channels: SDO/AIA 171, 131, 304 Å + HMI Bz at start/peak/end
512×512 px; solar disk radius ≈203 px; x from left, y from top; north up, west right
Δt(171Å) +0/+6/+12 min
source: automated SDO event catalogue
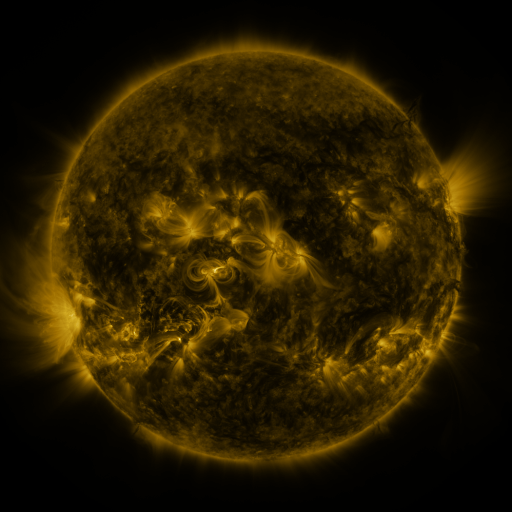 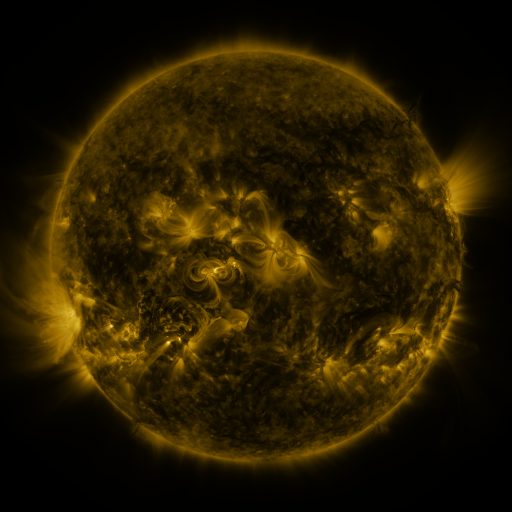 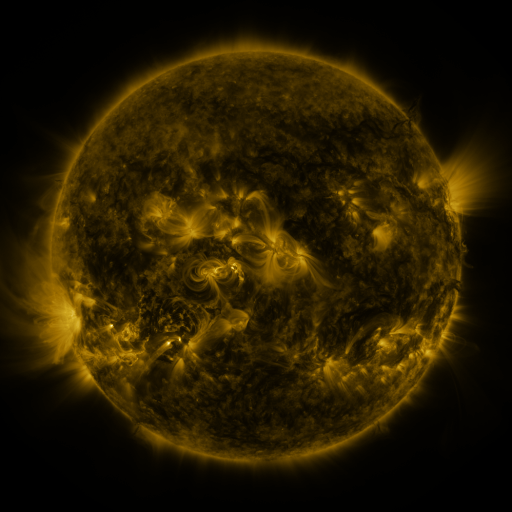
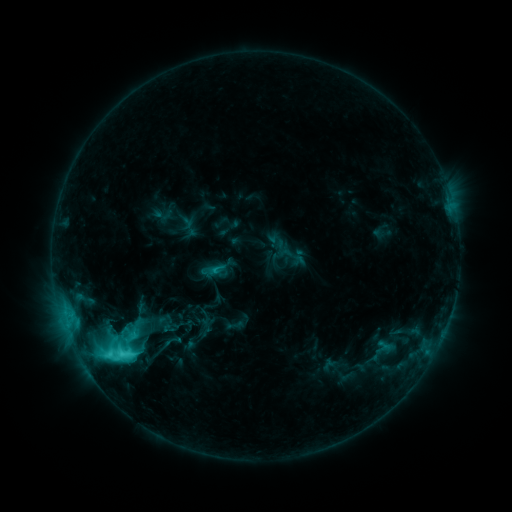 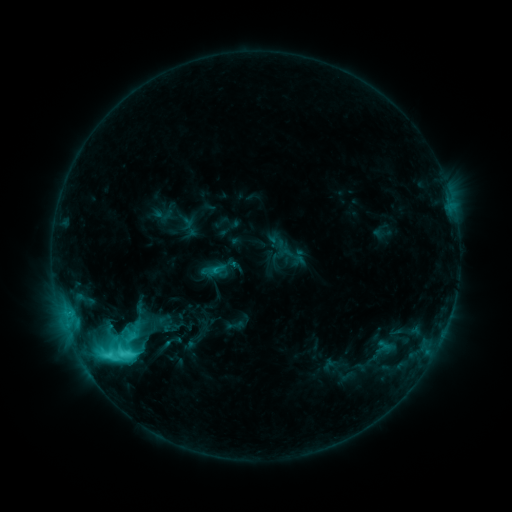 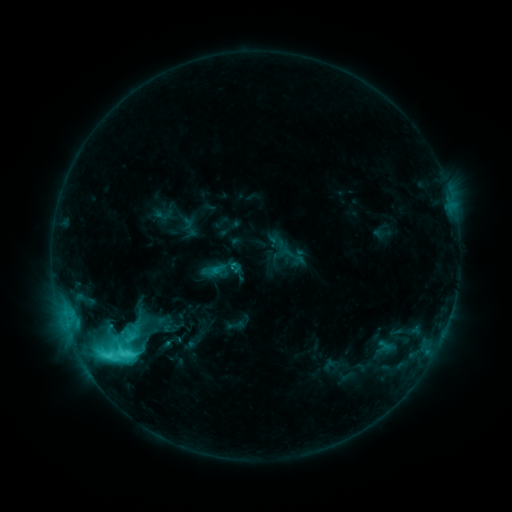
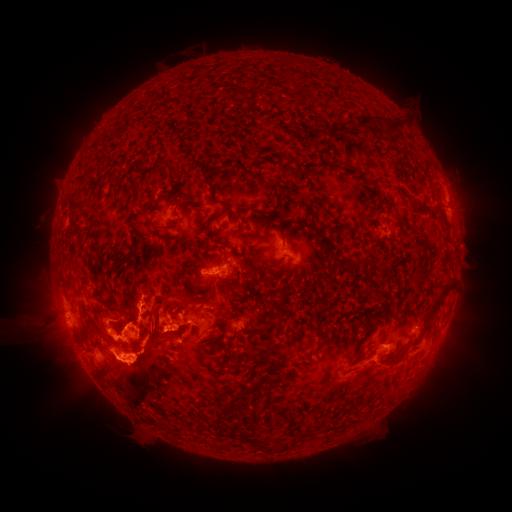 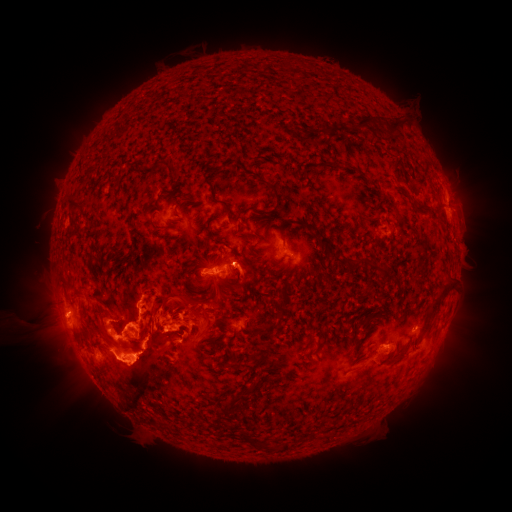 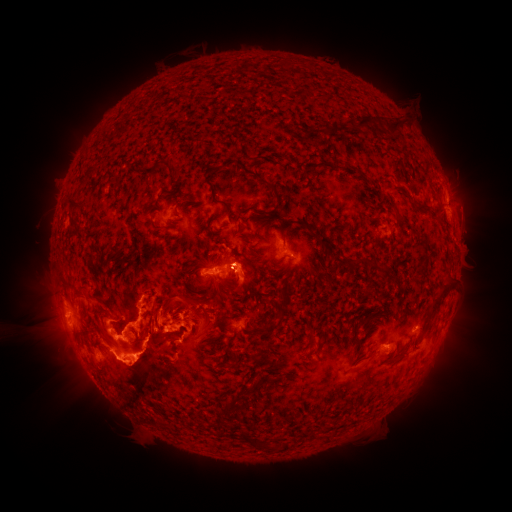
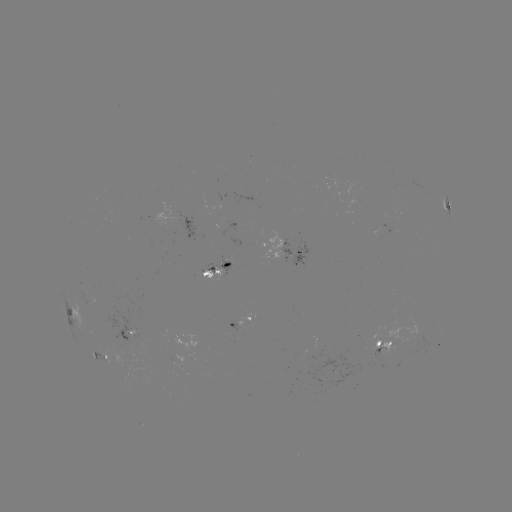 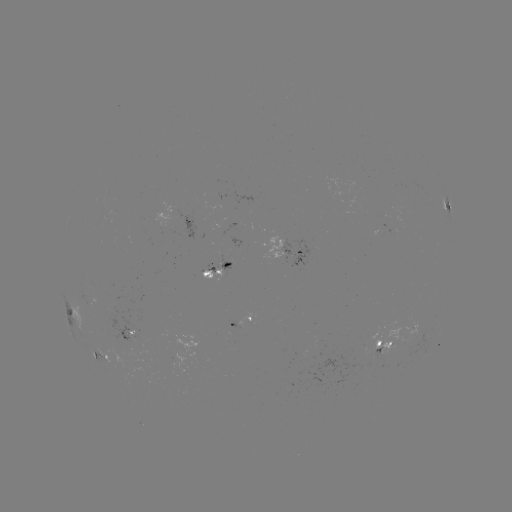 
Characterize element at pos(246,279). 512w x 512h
eruption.